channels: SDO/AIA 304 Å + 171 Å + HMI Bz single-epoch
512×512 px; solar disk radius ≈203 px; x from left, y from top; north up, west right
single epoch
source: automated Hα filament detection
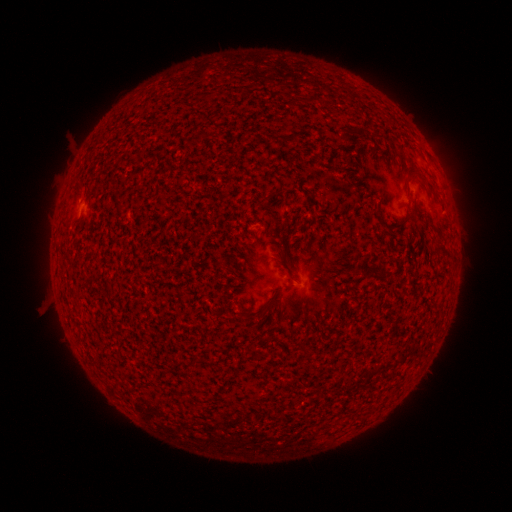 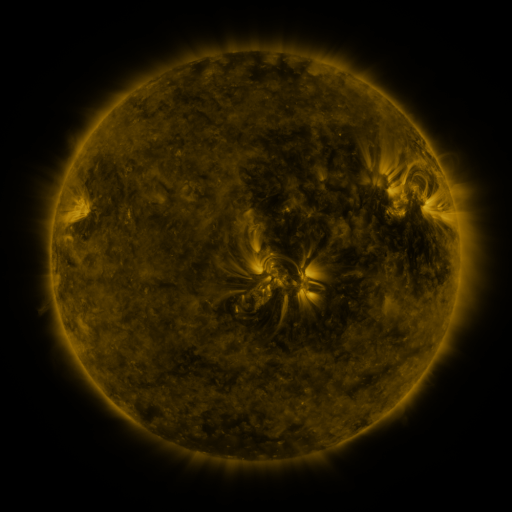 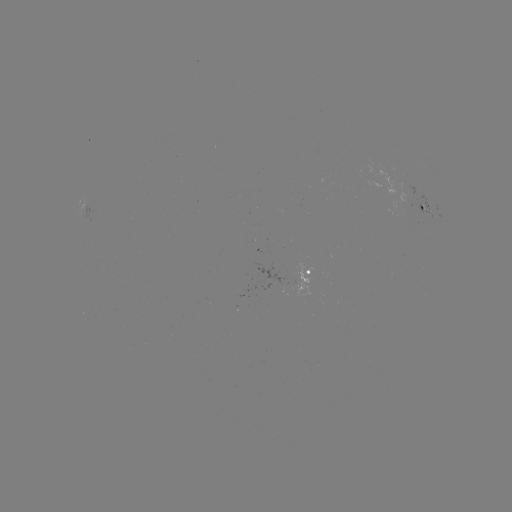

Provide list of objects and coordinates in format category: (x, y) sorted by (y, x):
filament: (418, 175)
filament: (279, 219)
